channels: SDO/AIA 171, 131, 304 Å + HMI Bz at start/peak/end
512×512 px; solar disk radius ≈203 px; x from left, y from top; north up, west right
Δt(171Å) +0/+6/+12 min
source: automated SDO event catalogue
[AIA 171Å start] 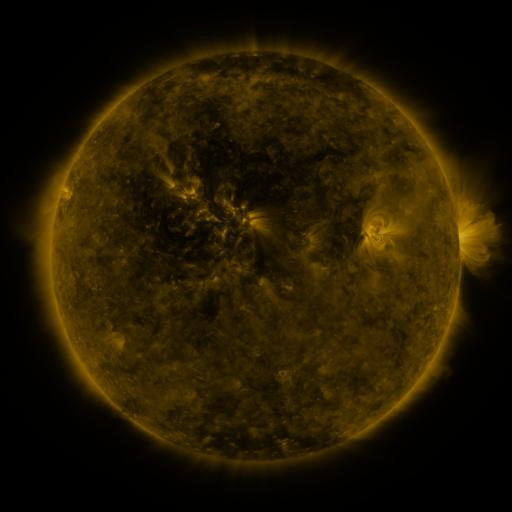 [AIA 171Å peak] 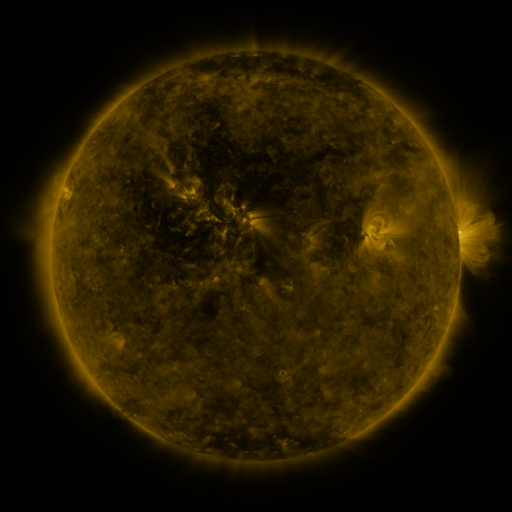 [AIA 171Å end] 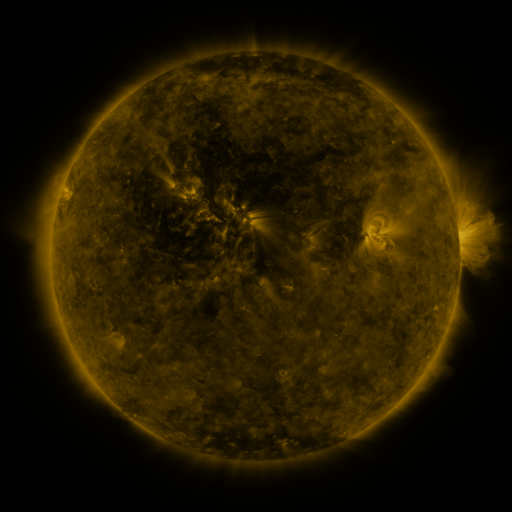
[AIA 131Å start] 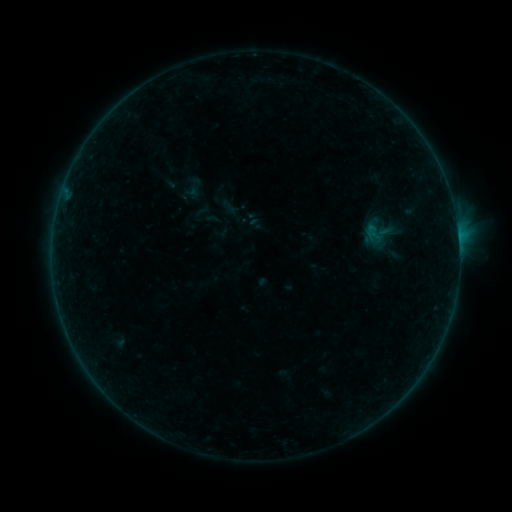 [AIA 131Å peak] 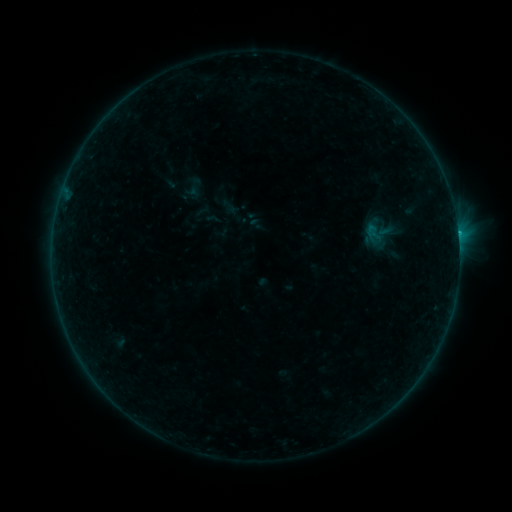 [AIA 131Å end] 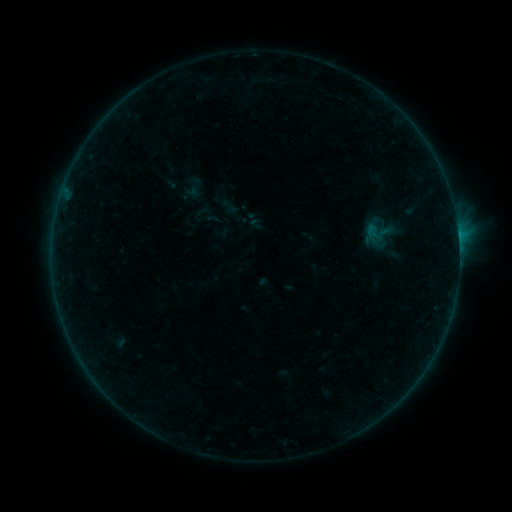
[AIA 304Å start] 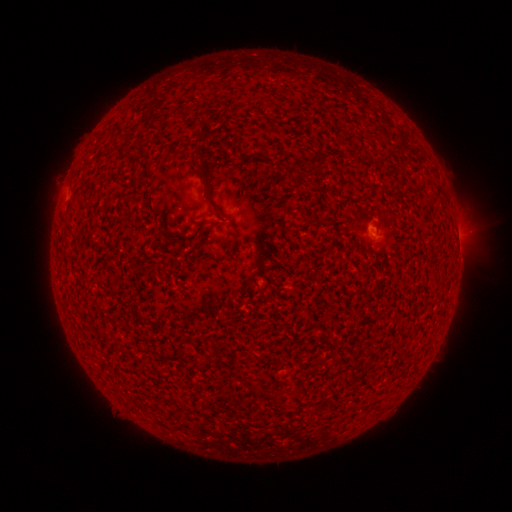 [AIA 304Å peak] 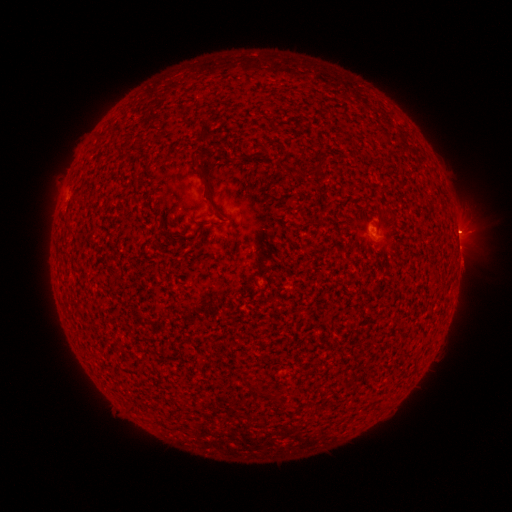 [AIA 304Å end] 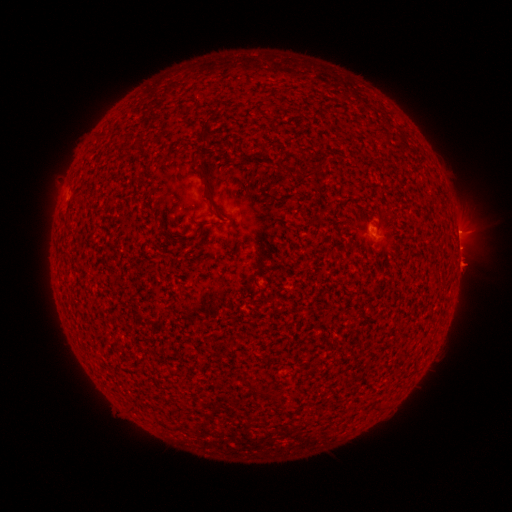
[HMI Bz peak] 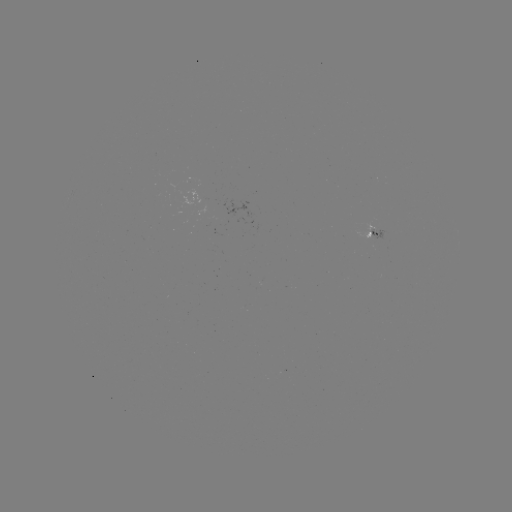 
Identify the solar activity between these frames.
B2.5 flare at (458, 234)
